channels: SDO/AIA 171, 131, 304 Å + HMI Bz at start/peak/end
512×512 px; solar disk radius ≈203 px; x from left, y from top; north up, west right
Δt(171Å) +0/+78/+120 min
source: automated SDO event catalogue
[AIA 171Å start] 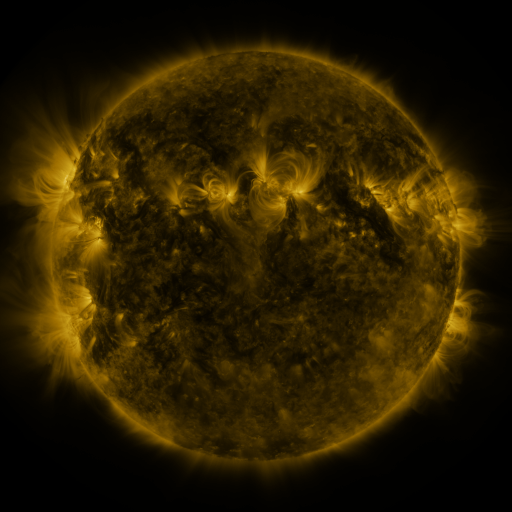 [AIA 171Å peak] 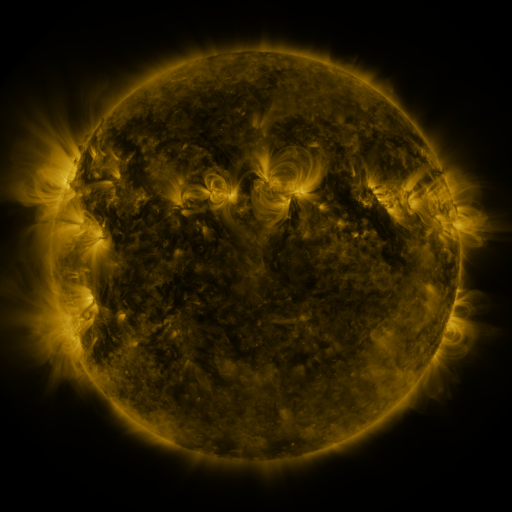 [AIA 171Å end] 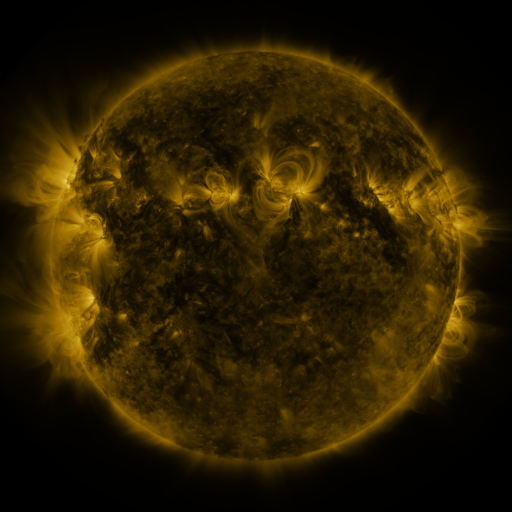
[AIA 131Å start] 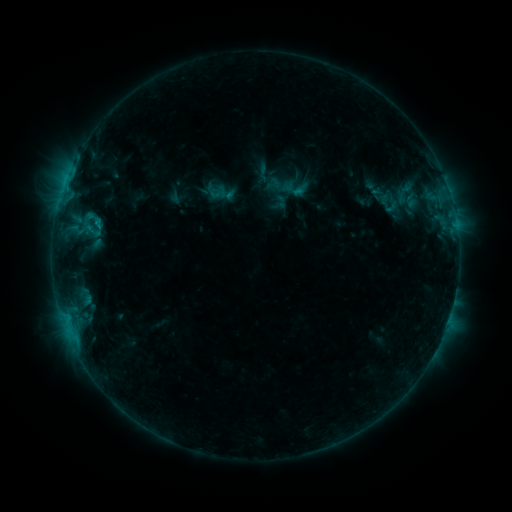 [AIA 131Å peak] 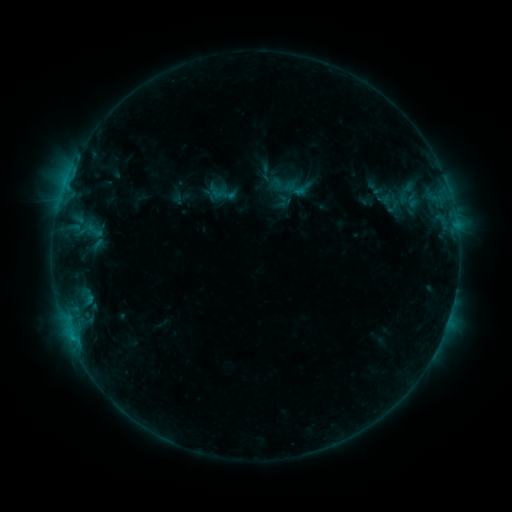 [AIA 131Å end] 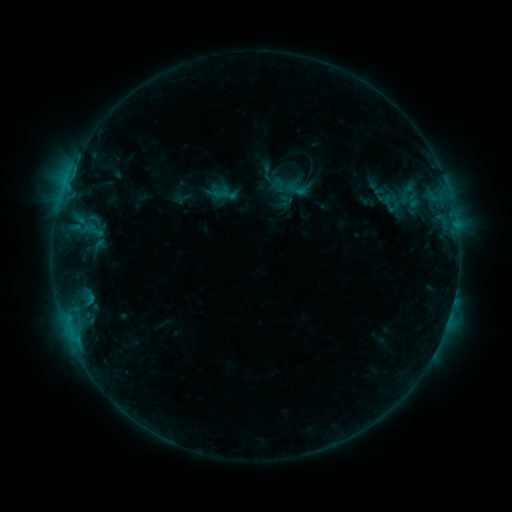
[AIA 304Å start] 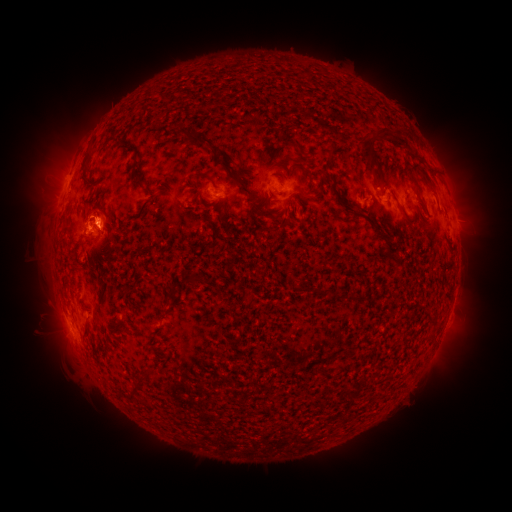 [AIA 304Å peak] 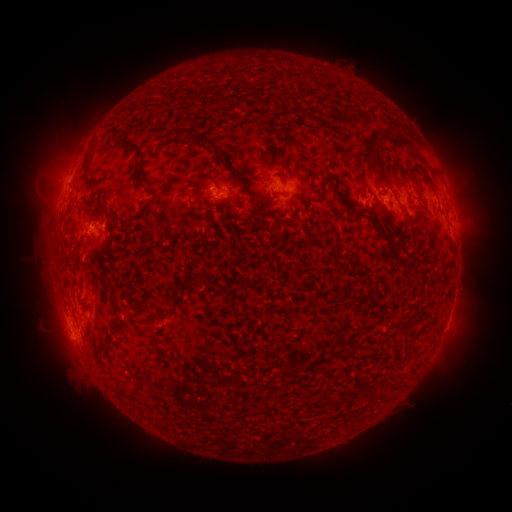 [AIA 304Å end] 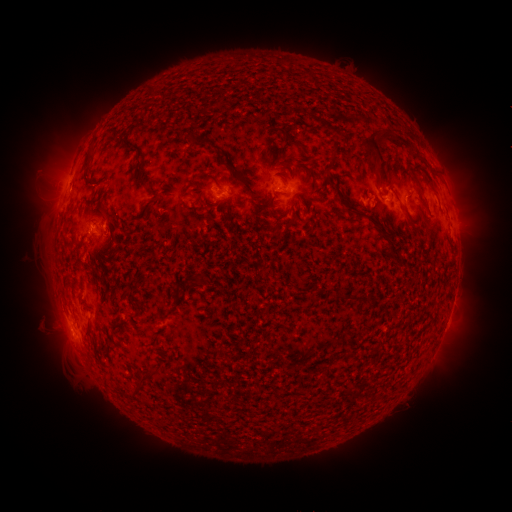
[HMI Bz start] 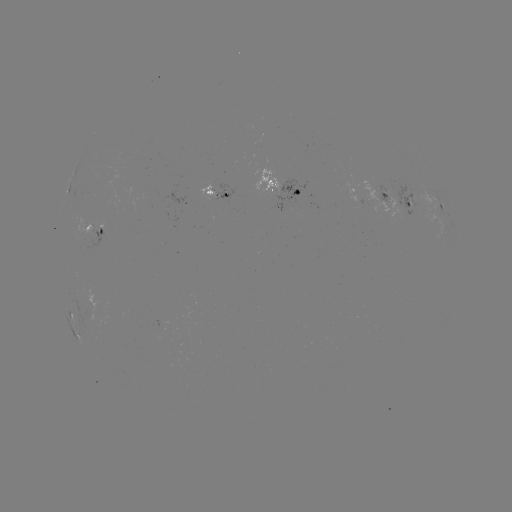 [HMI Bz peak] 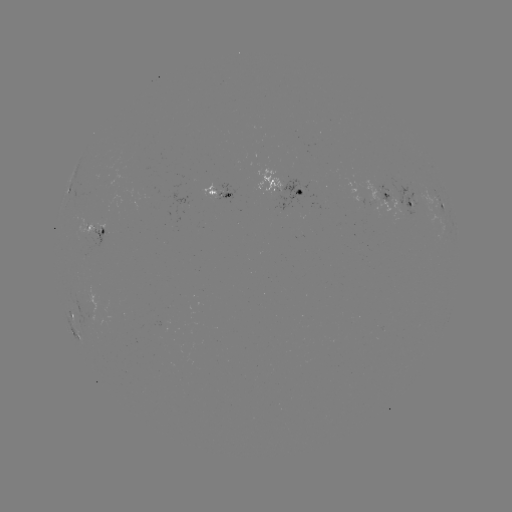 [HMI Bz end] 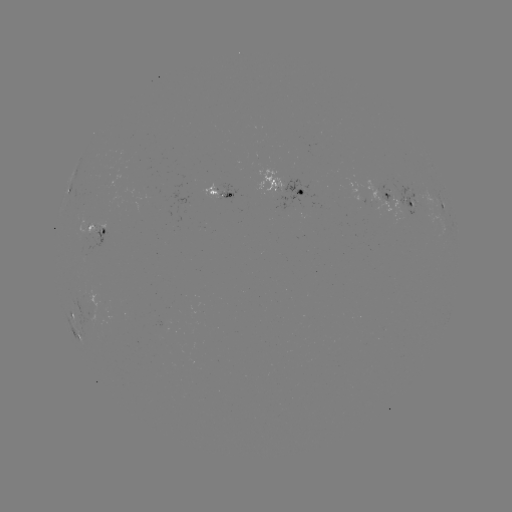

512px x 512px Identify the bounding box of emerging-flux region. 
[385, 177, 428, 214].